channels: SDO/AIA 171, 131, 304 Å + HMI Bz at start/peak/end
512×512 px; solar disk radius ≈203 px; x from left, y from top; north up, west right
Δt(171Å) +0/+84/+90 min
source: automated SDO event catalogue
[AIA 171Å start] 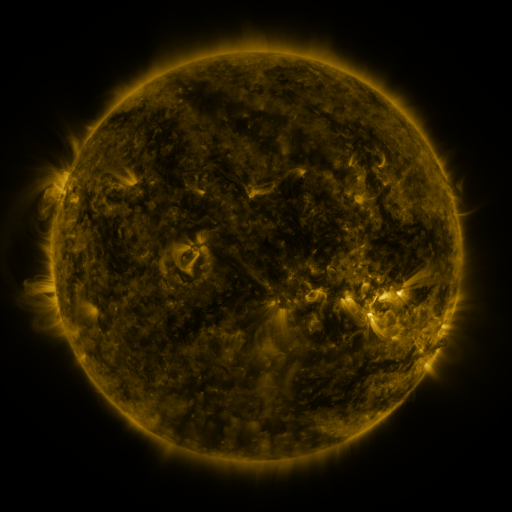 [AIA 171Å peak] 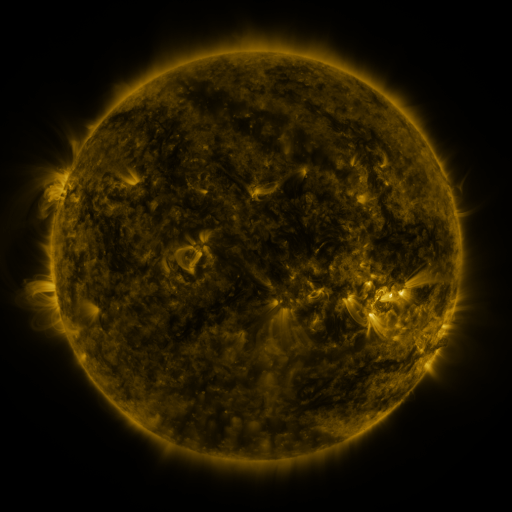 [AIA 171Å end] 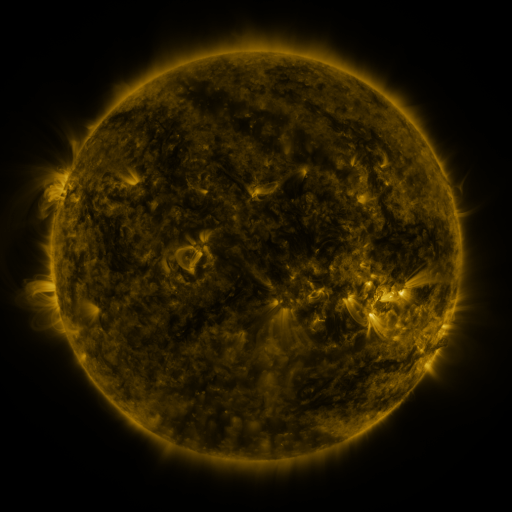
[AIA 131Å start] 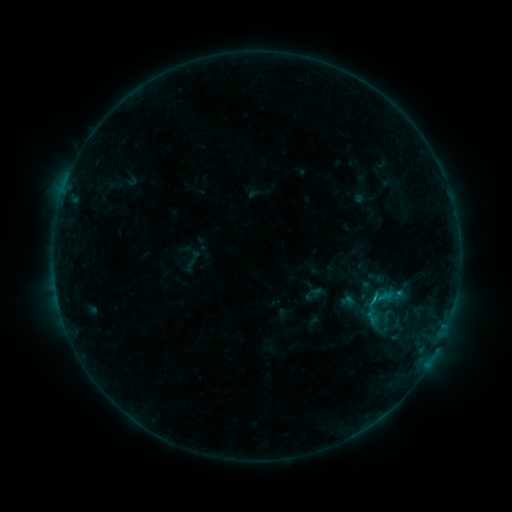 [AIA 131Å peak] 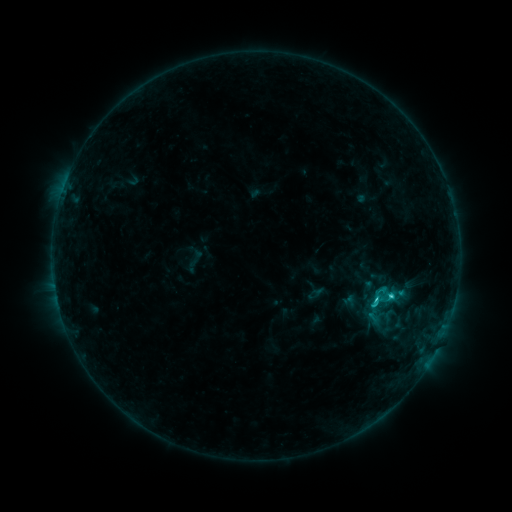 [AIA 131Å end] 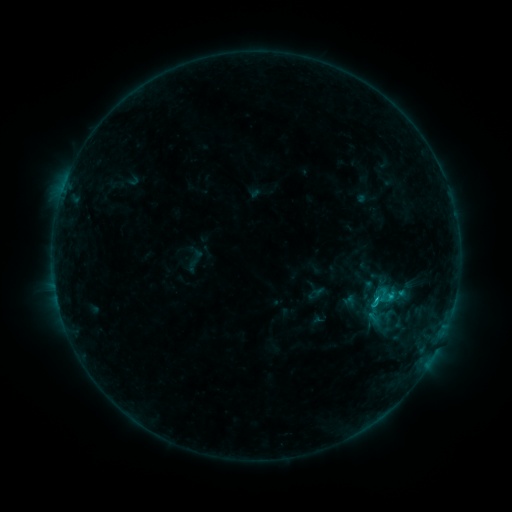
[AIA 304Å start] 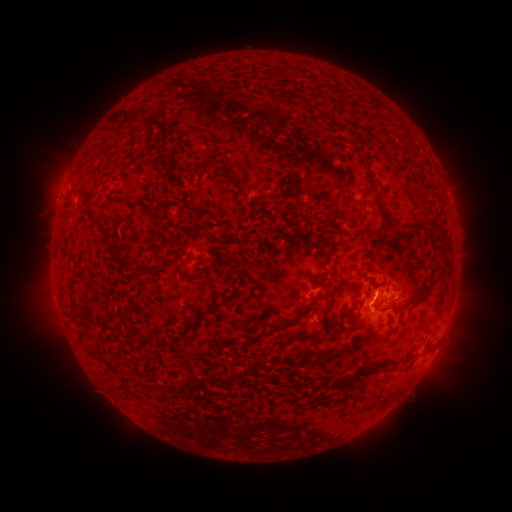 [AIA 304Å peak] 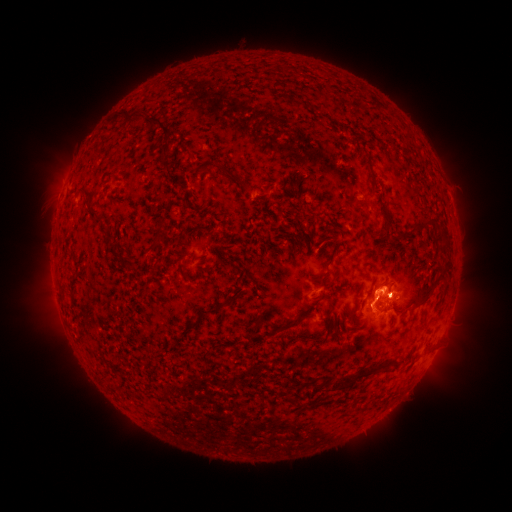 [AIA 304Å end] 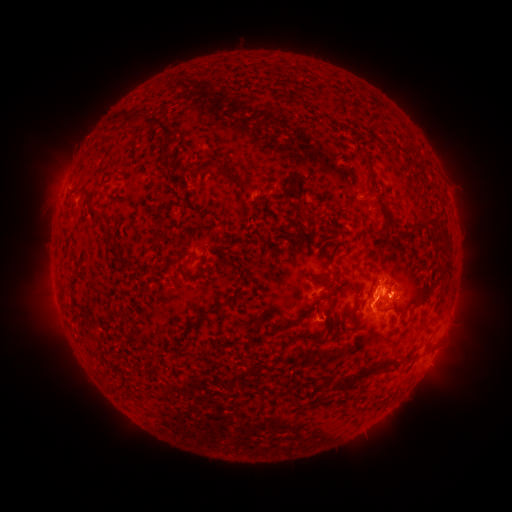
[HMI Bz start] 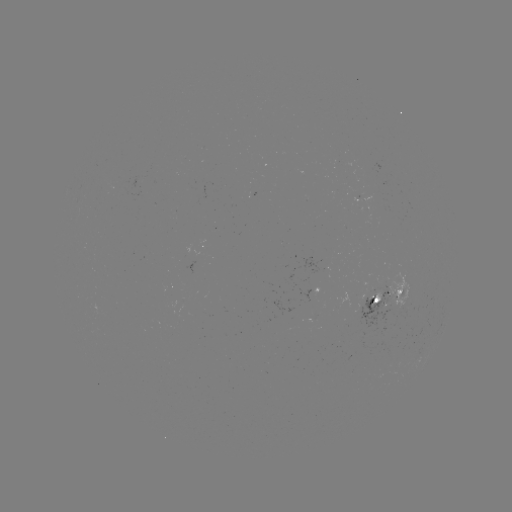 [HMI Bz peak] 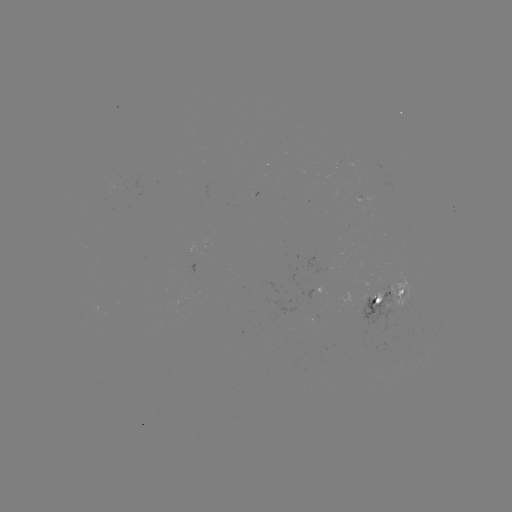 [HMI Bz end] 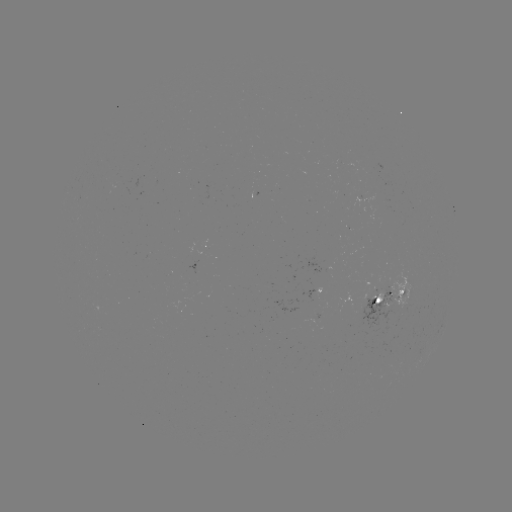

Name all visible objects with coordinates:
C1.8 flare: (376, 296)
